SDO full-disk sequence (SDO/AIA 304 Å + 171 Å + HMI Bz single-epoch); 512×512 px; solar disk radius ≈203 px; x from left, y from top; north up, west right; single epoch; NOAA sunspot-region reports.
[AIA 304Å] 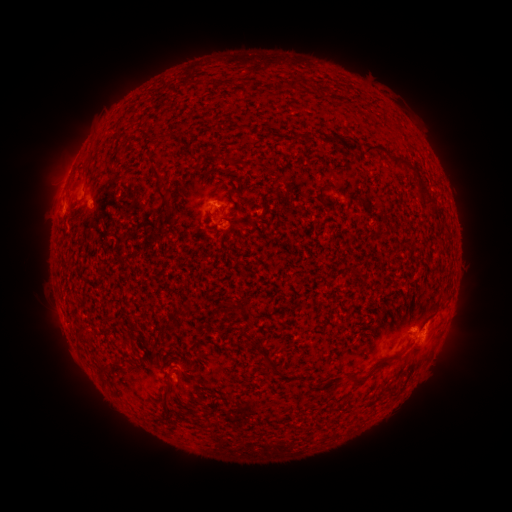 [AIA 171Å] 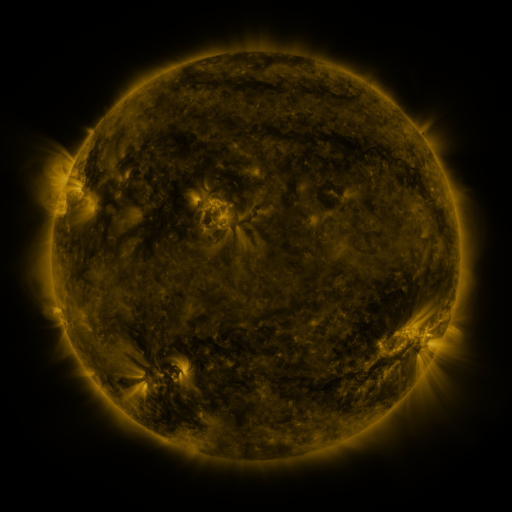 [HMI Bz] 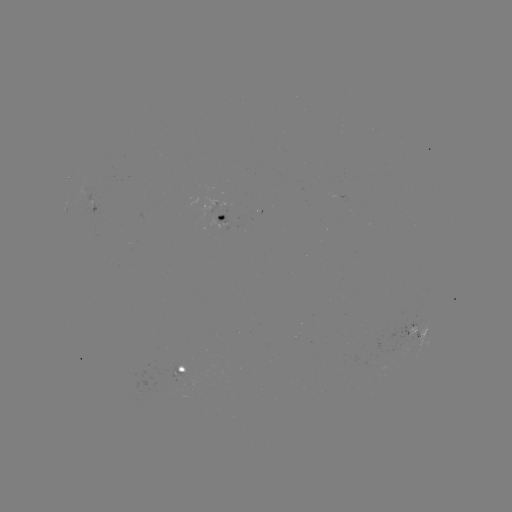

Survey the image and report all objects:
spotted active region: (344, 196)
spotted active region: (222, 211)
spotted active region: (419, 331)
spotted active region: (179, 367)
